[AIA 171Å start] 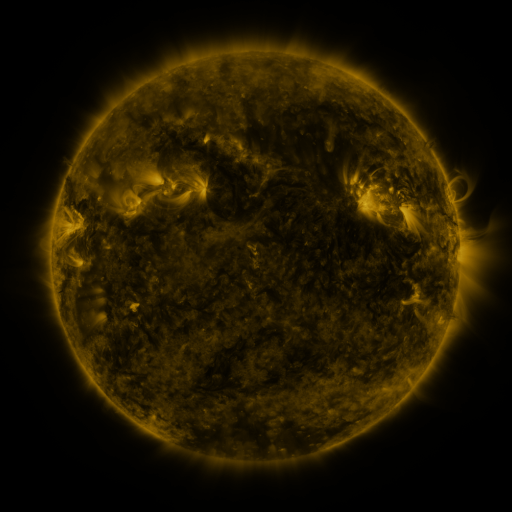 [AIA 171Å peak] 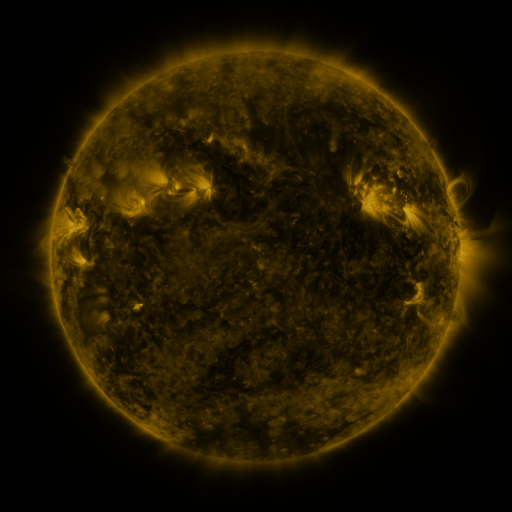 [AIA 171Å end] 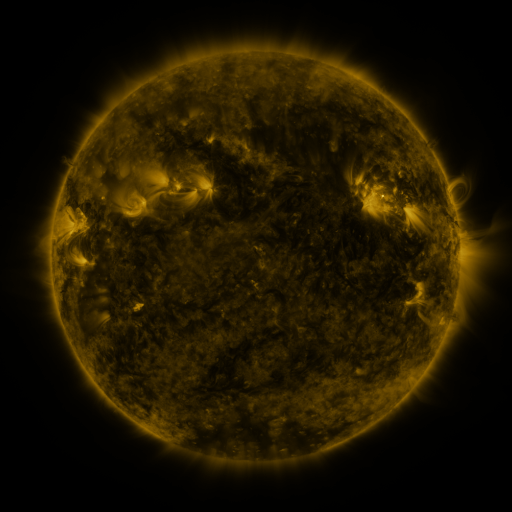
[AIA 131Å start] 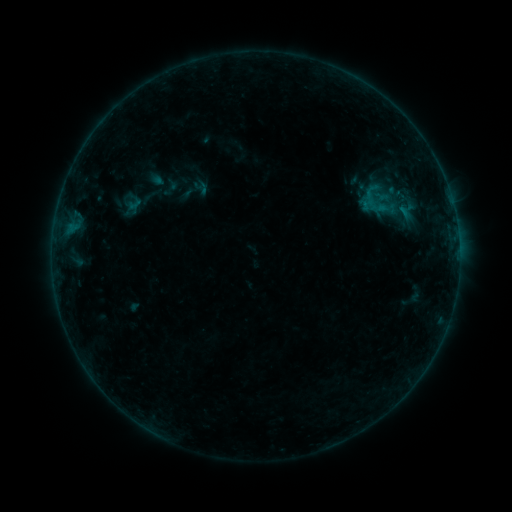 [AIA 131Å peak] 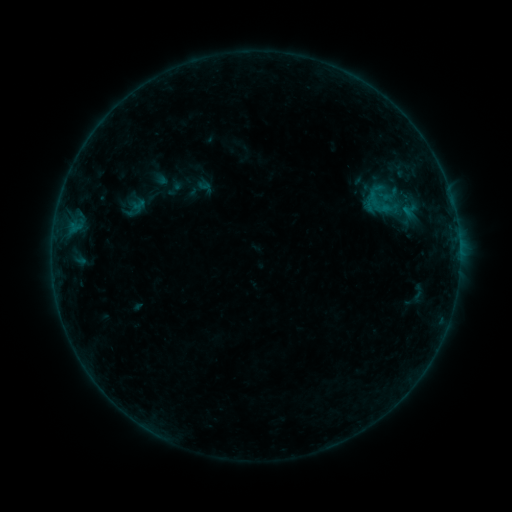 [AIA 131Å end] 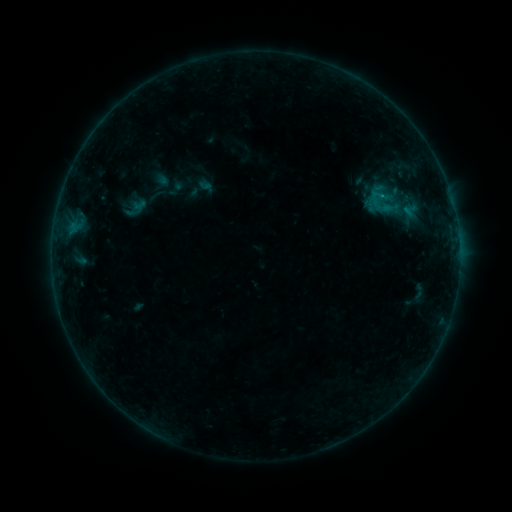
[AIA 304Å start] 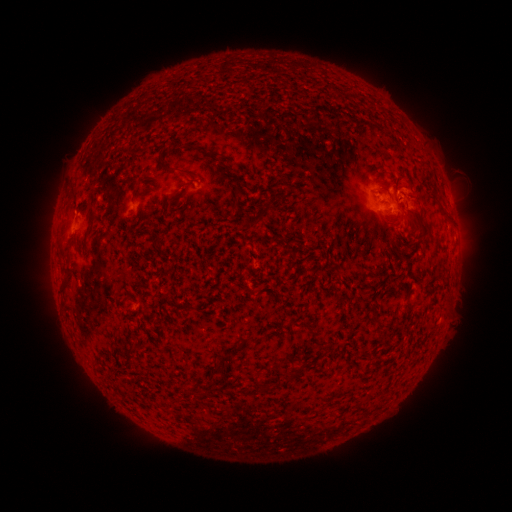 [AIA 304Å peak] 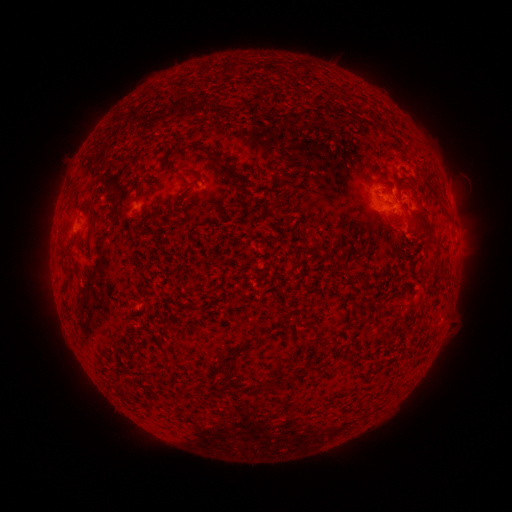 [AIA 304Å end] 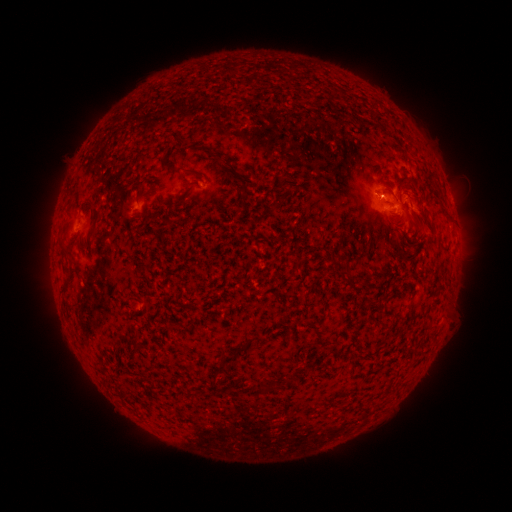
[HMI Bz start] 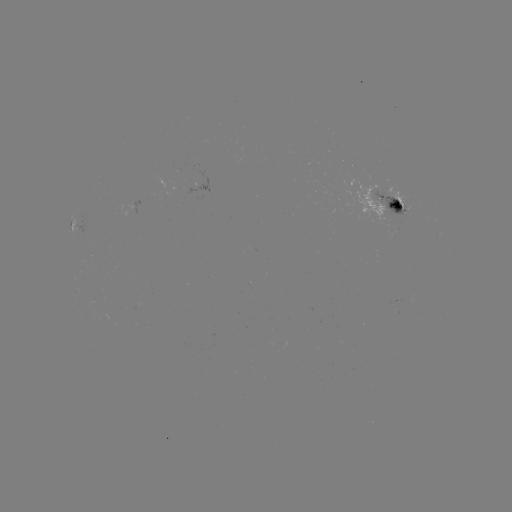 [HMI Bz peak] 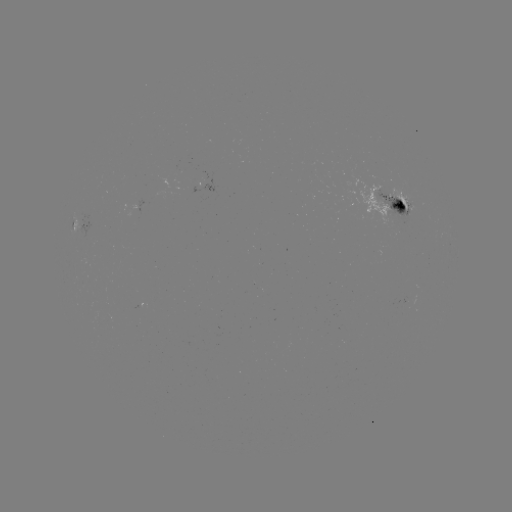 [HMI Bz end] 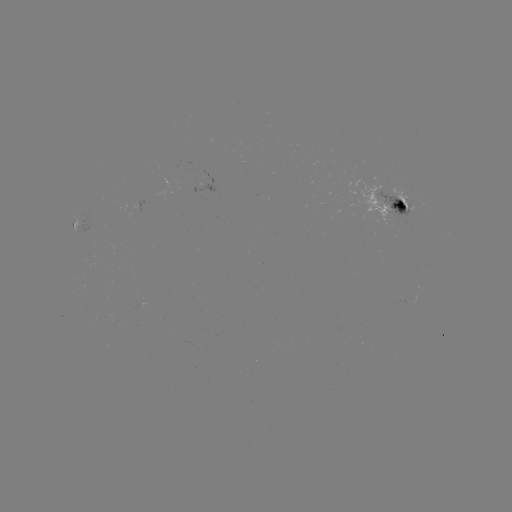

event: emerging-flux region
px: (405, 206)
